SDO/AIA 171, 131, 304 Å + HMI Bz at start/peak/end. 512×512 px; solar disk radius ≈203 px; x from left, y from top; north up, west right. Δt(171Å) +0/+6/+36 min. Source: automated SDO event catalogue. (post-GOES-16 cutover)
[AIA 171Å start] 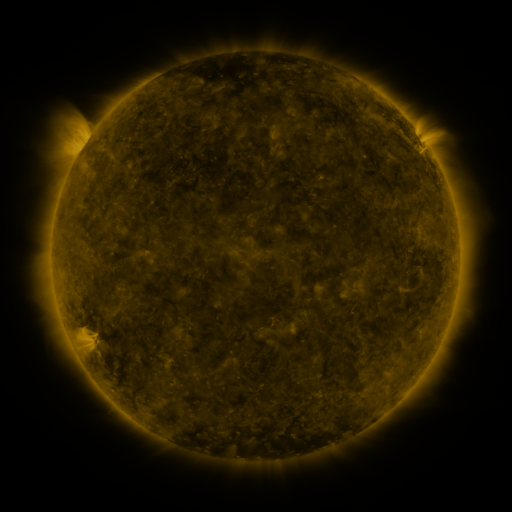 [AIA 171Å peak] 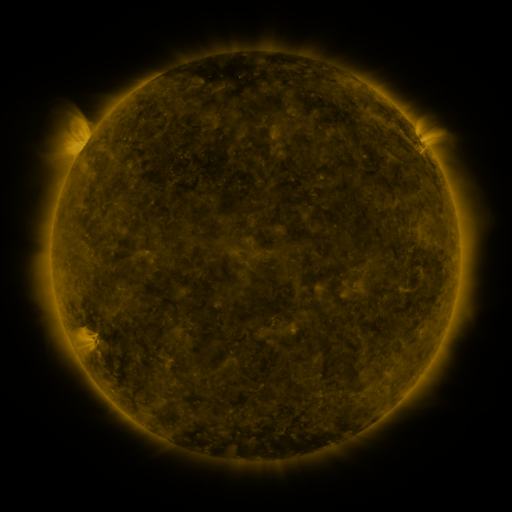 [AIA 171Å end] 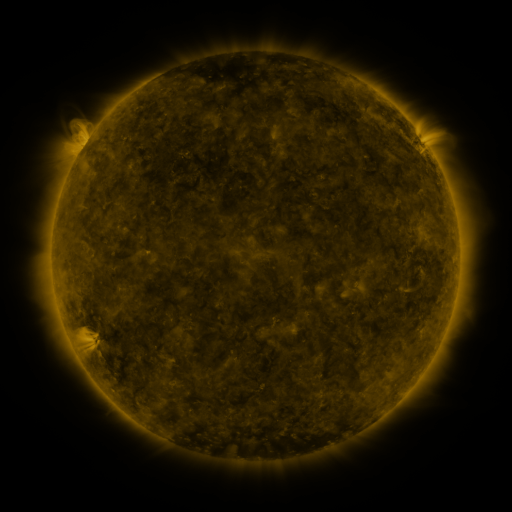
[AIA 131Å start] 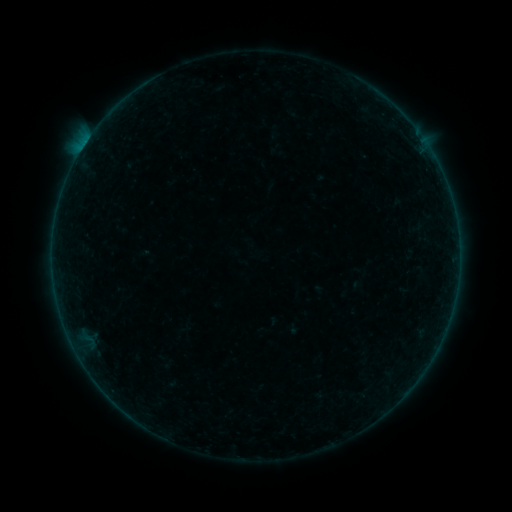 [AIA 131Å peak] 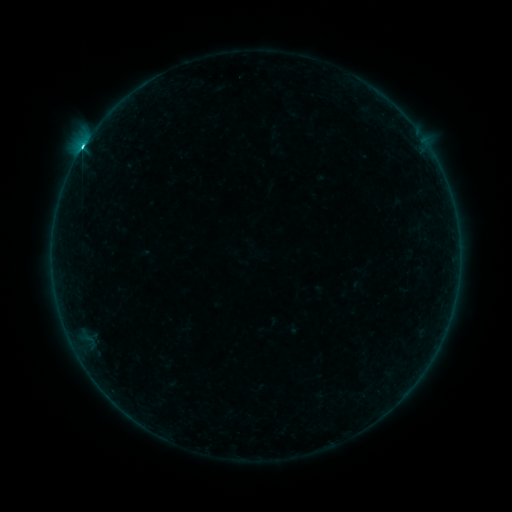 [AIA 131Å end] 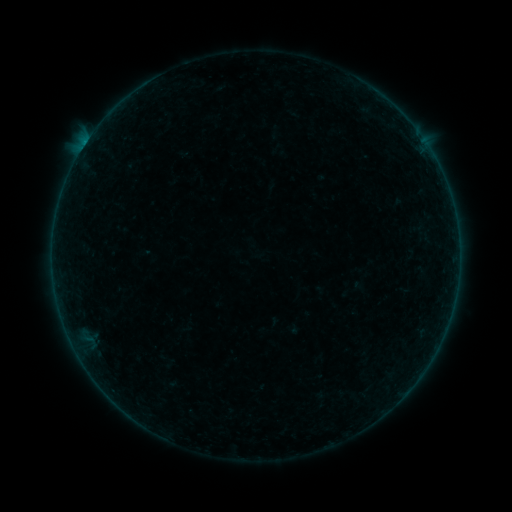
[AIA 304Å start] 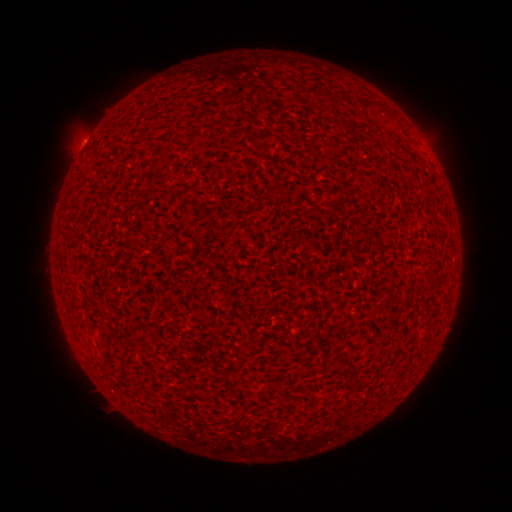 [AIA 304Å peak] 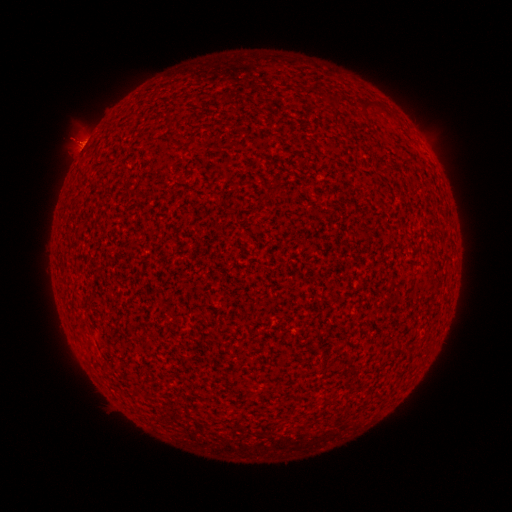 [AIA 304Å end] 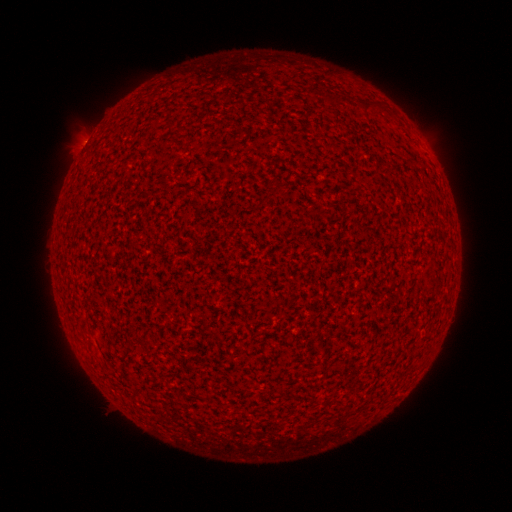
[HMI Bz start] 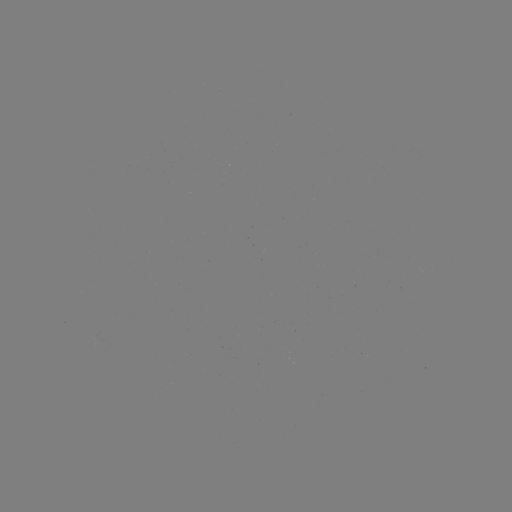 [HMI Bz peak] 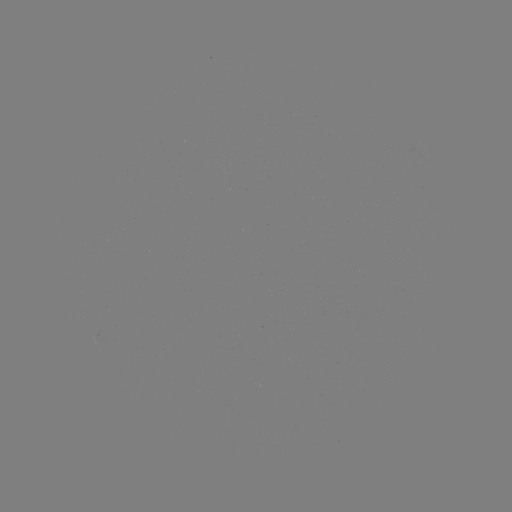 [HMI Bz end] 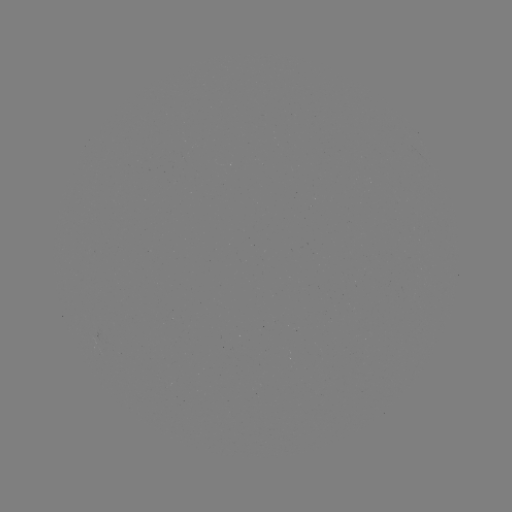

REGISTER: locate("M1.1 flare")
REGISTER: (83, 148)